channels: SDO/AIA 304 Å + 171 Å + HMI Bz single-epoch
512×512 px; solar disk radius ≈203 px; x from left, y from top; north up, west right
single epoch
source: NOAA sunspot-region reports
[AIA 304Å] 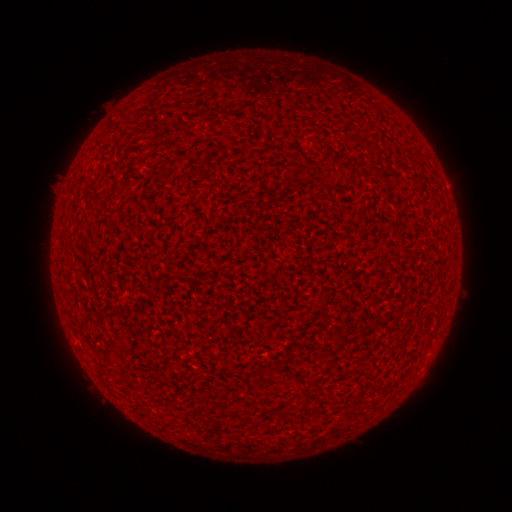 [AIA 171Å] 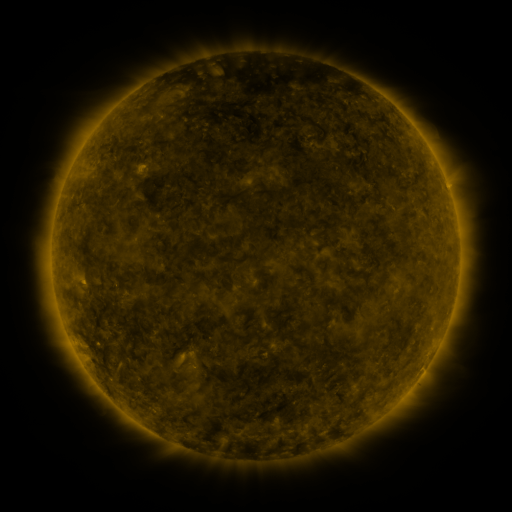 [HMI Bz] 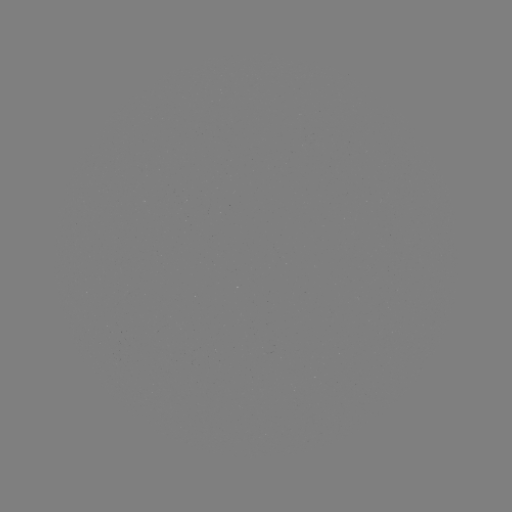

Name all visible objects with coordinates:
(none)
